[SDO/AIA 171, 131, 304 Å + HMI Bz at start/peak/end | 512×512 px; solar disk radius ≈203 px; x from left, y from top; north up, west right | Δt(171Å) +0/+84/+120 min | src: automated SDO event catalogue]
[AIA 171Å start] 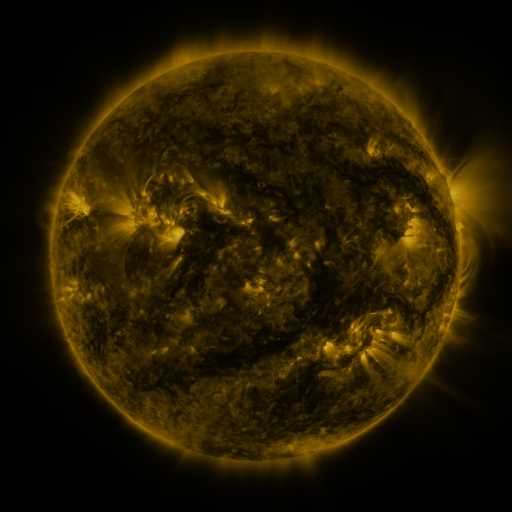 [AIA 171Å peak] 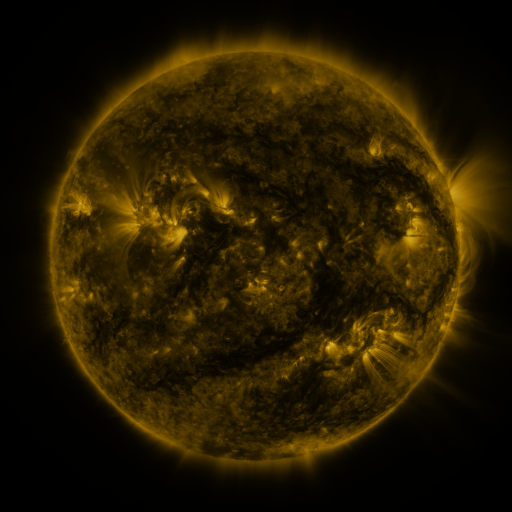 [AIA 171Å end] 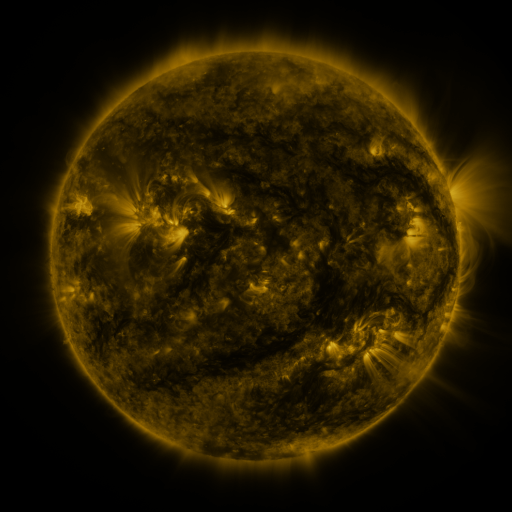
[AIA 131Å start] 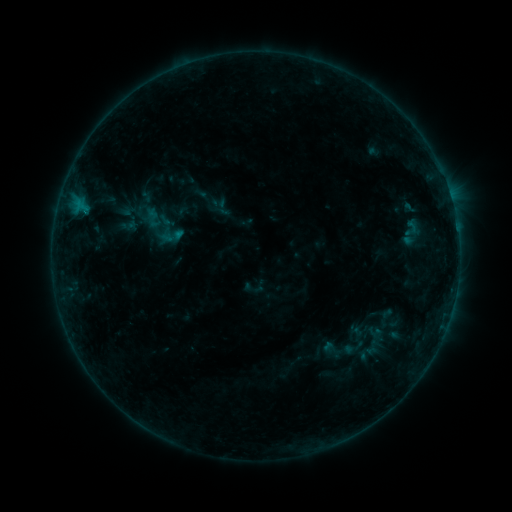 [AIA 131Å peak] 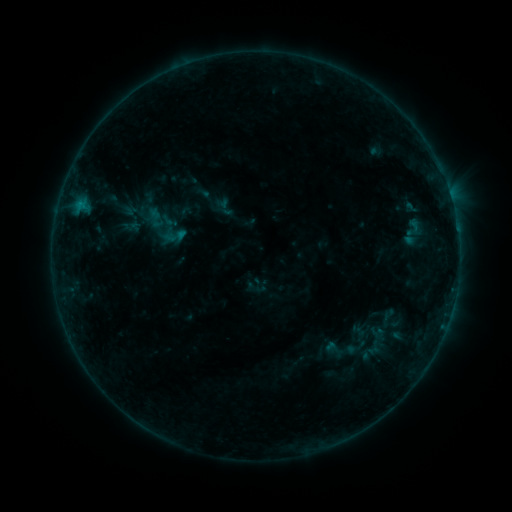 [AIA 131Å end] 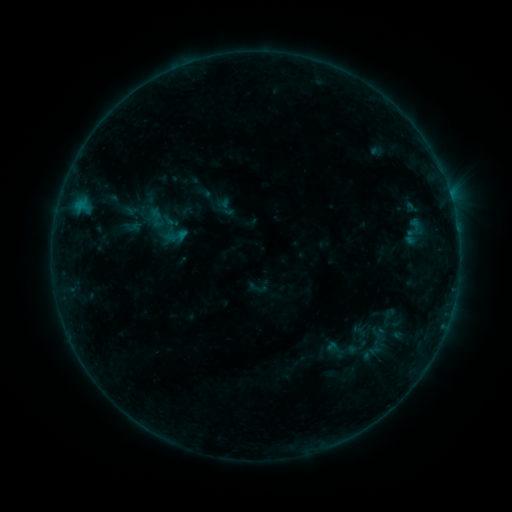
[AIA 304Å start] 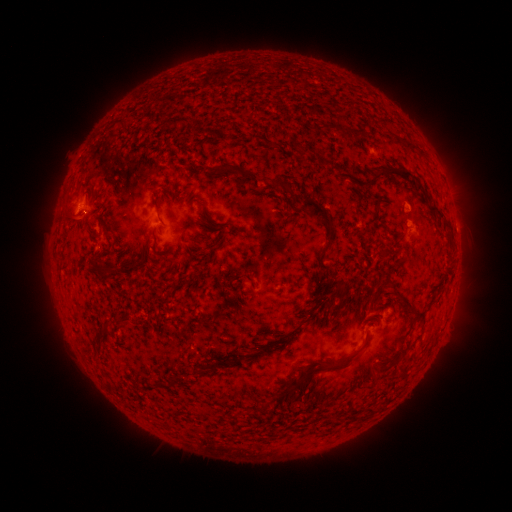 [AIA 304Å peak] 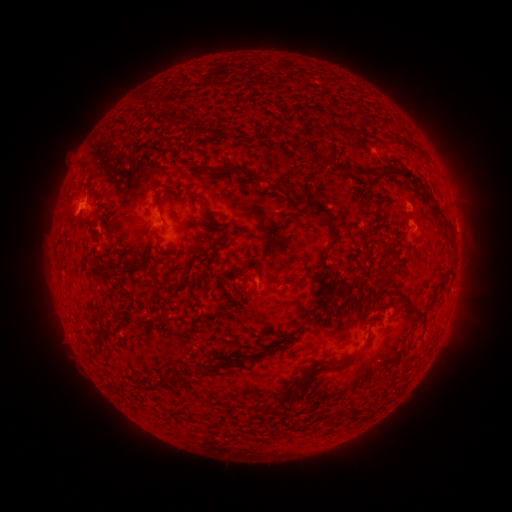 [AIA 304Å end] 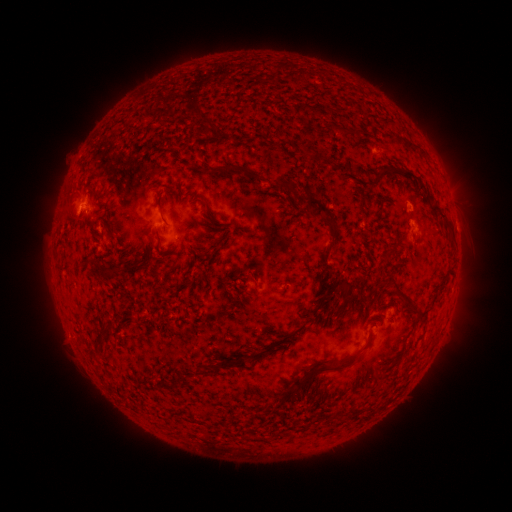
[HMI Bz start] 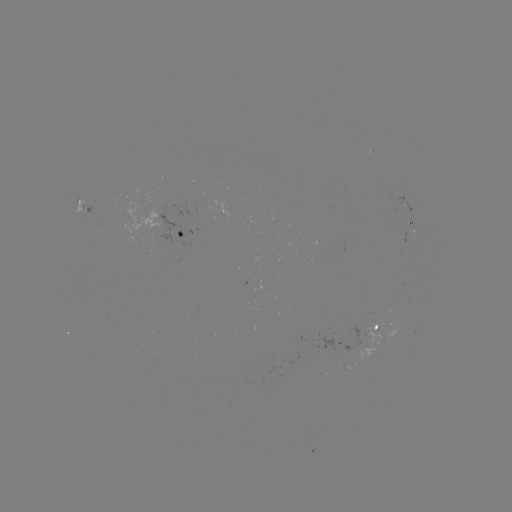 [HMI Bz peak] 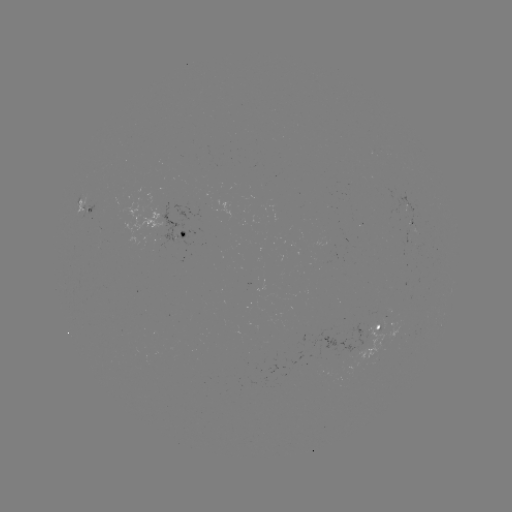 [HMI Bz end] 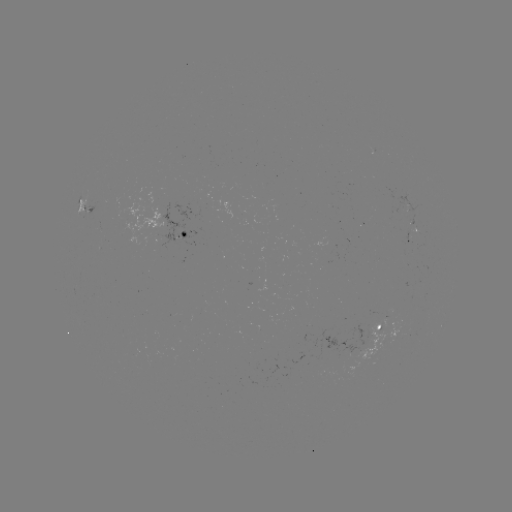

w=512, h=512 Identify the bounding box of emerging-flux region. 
[97, 236, 105, 248].